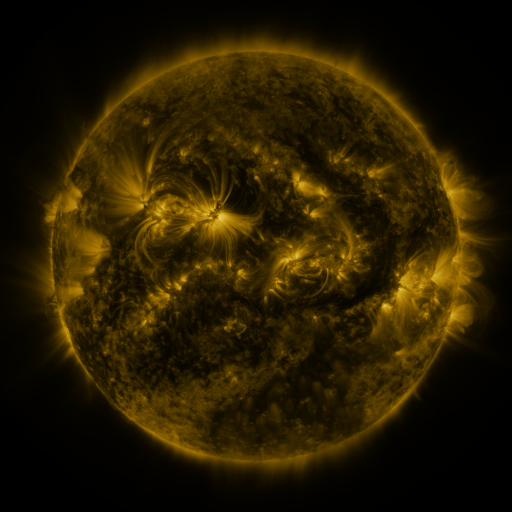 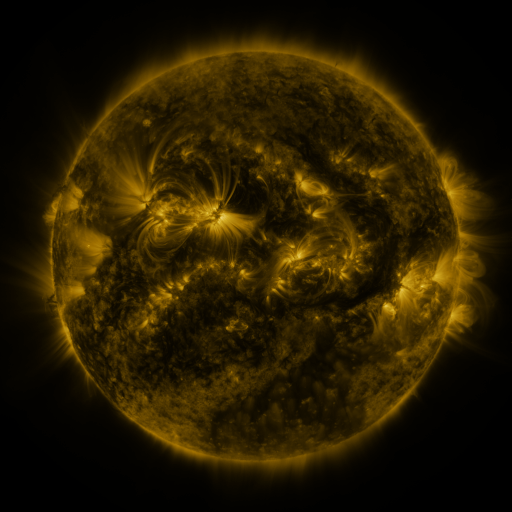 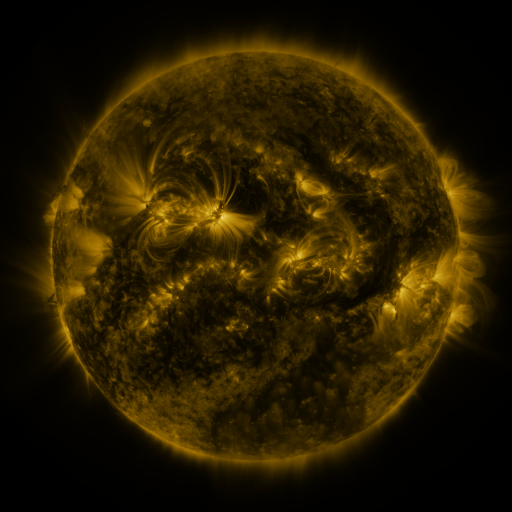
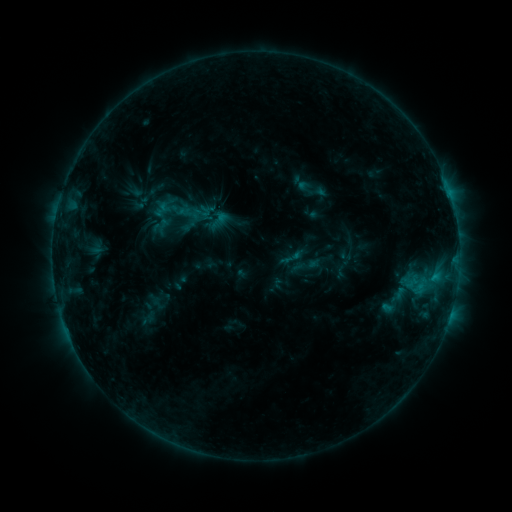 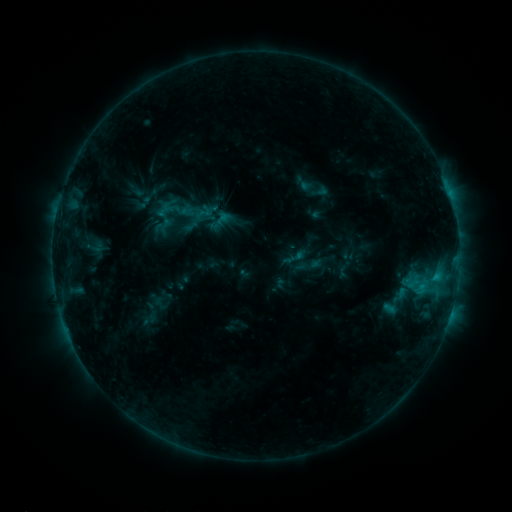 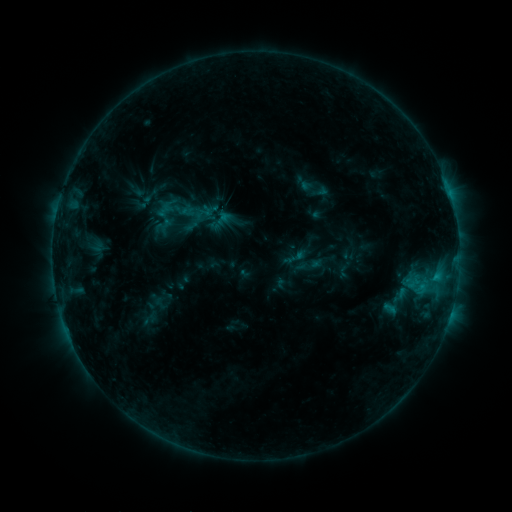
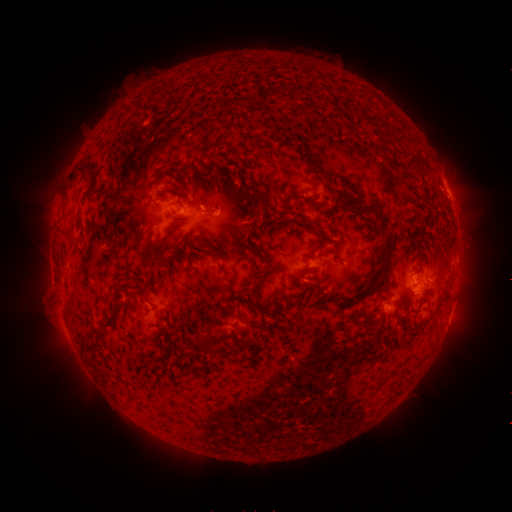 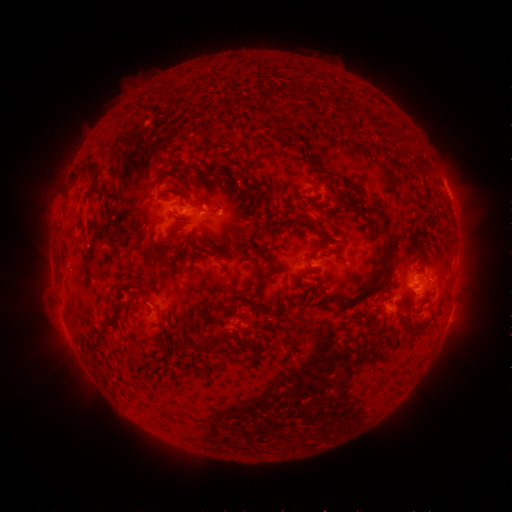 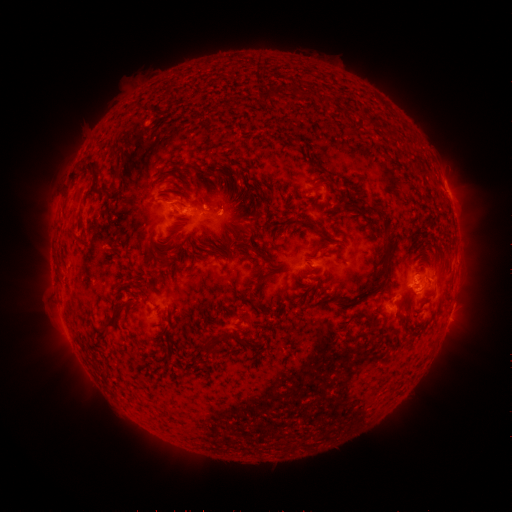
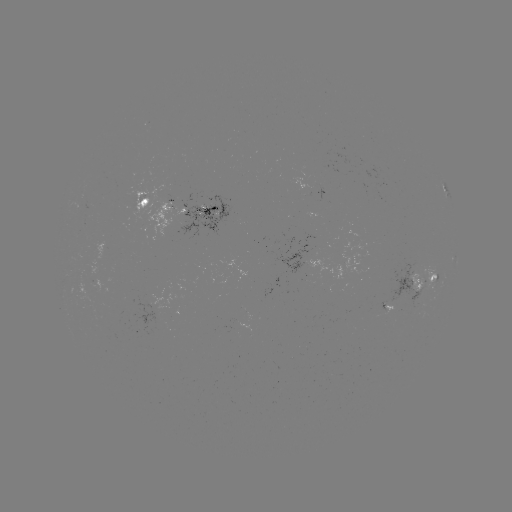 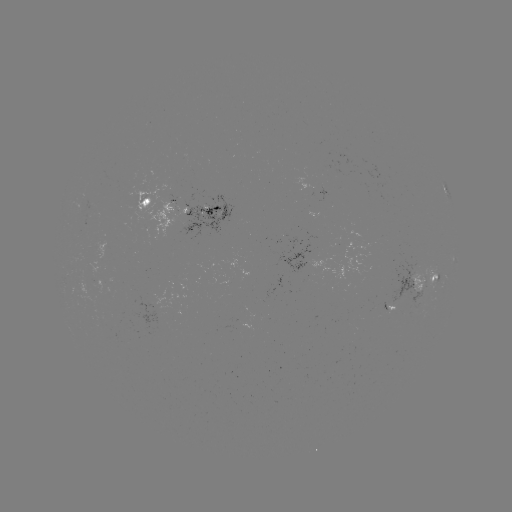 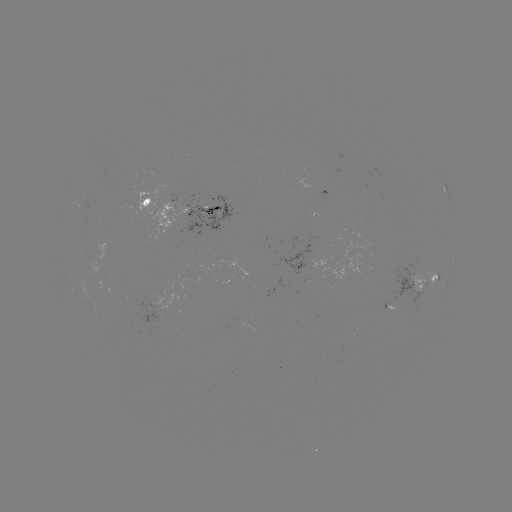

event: emerging-flux region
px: (342, 269)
